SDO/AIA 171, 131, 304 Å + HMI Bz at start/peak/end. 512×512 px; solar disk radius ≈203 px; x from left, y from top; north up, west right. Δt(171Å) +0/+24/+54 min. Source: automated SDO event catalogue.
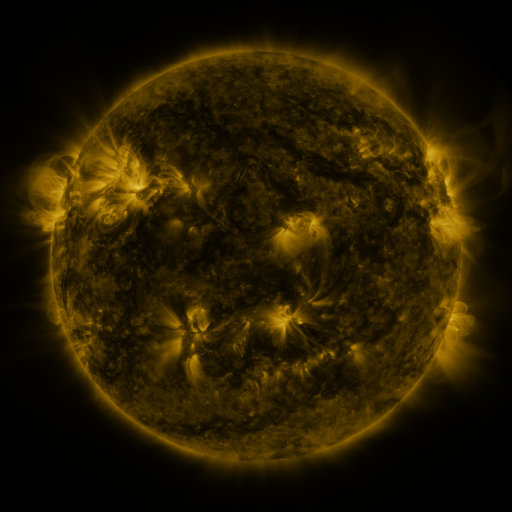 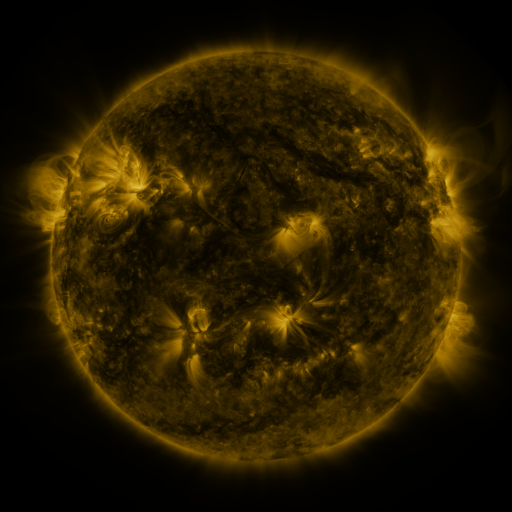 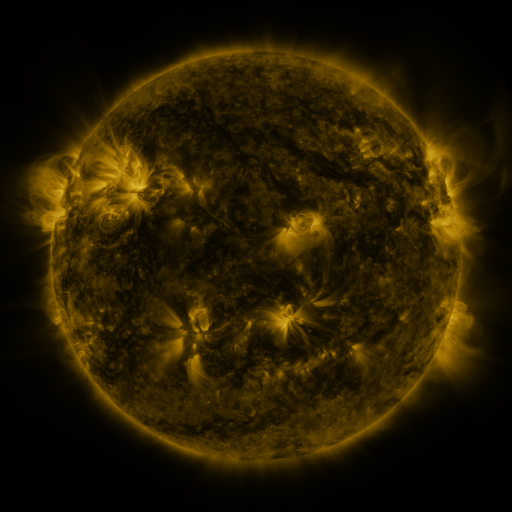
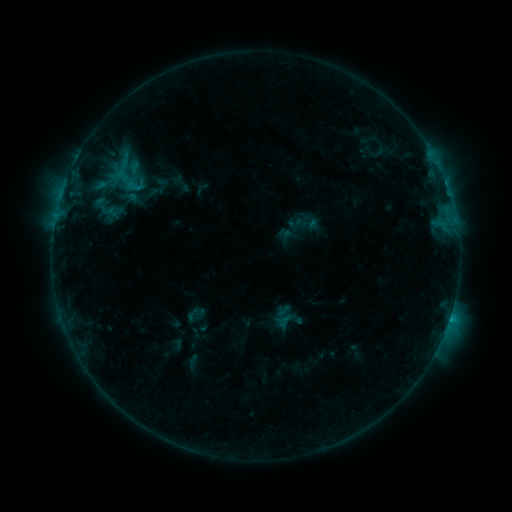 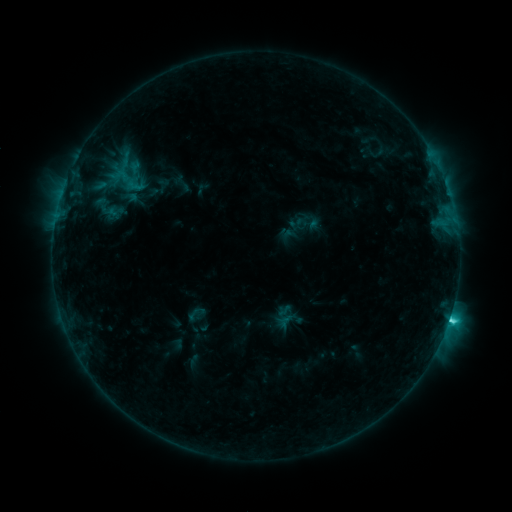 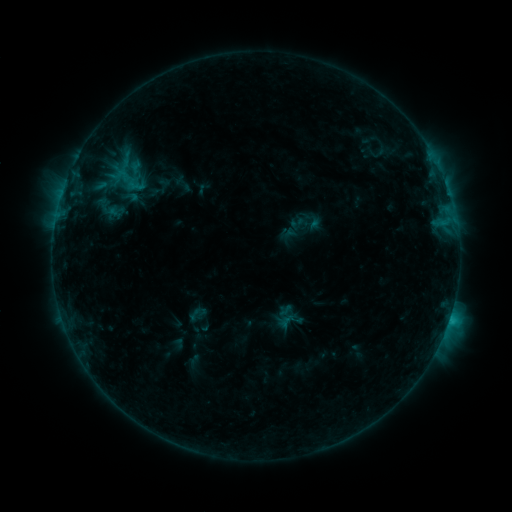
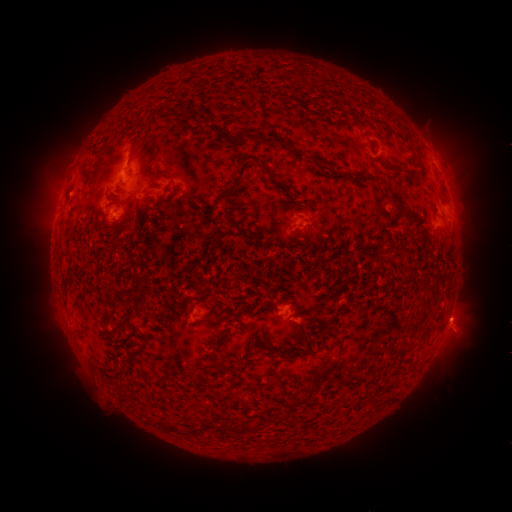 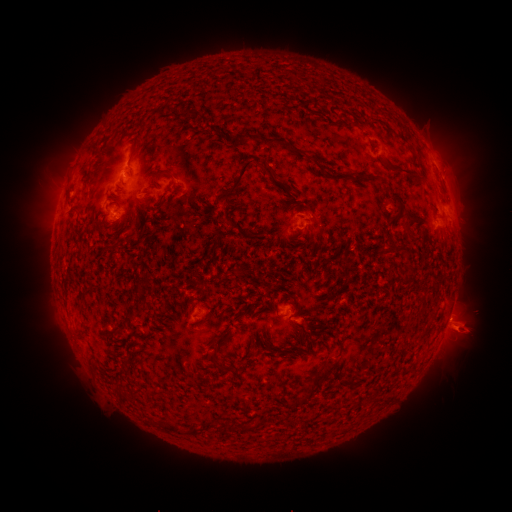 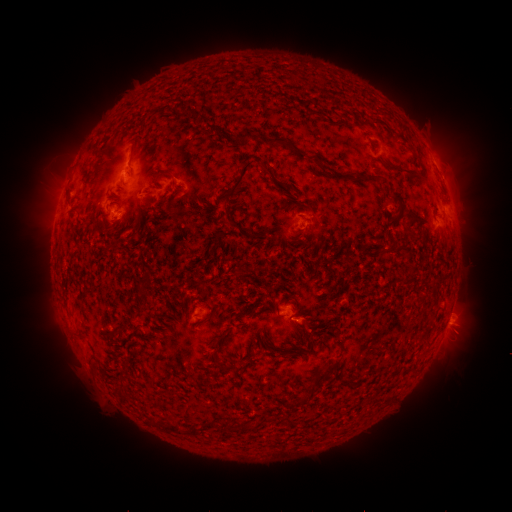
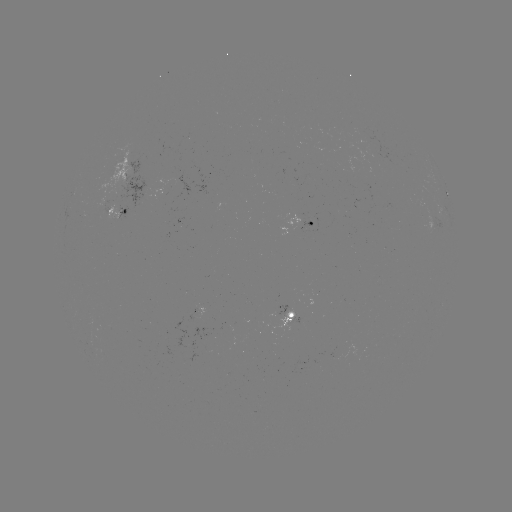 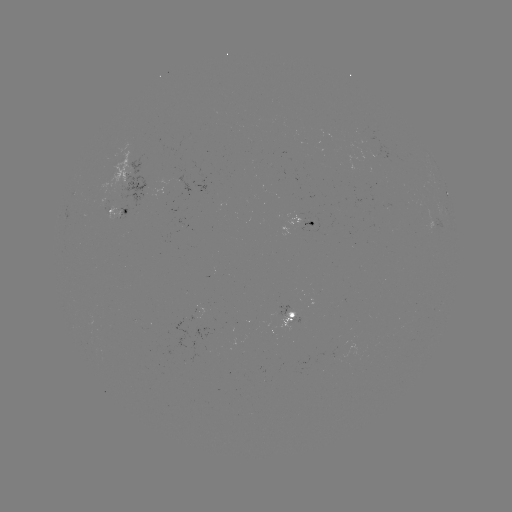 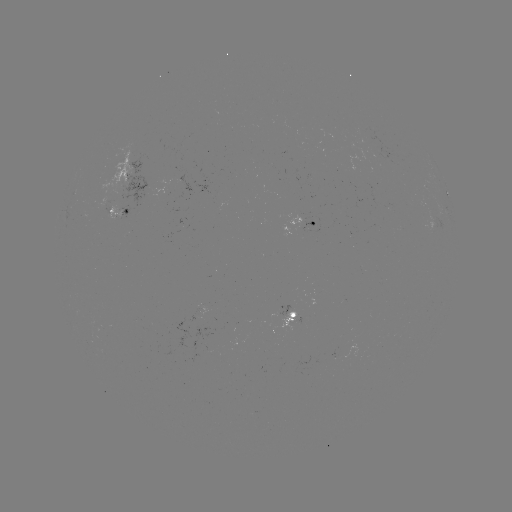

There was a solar flare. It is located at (449, 318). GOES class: C3.4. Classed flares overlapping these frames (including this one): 1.